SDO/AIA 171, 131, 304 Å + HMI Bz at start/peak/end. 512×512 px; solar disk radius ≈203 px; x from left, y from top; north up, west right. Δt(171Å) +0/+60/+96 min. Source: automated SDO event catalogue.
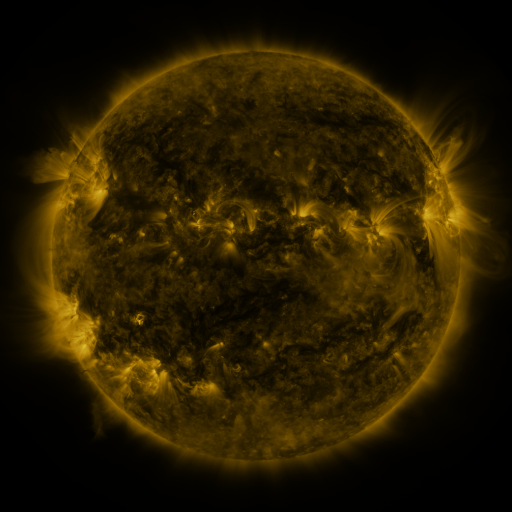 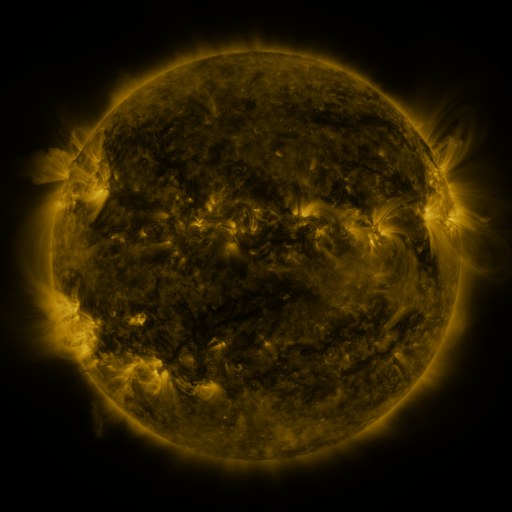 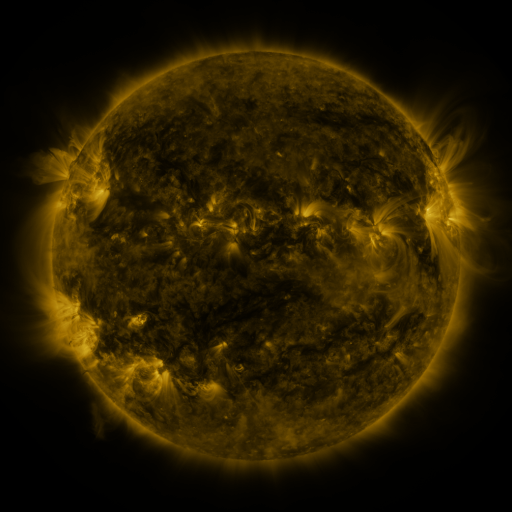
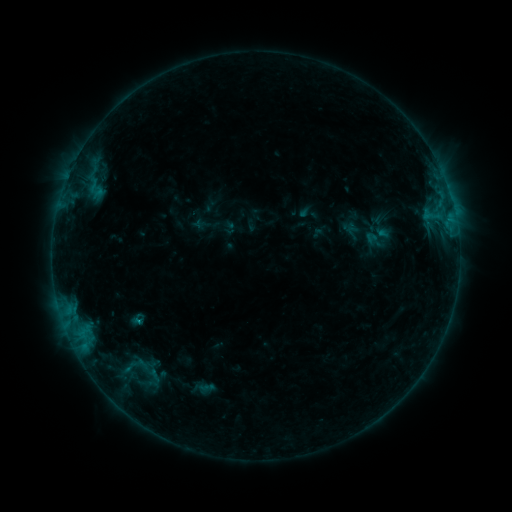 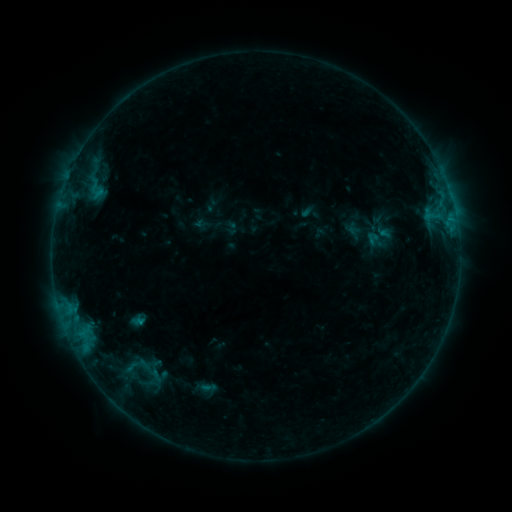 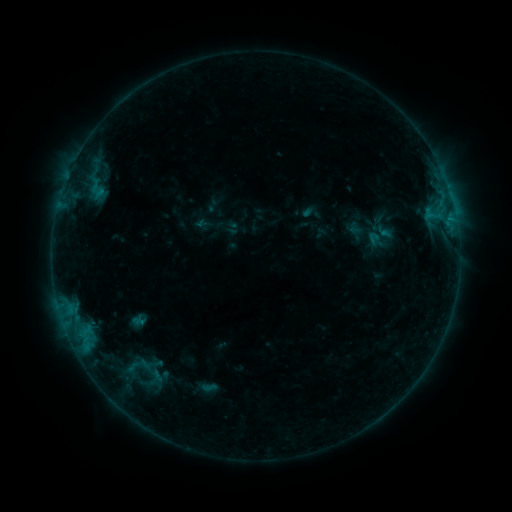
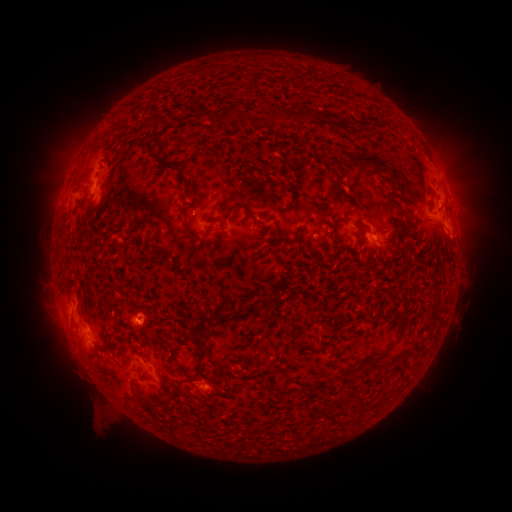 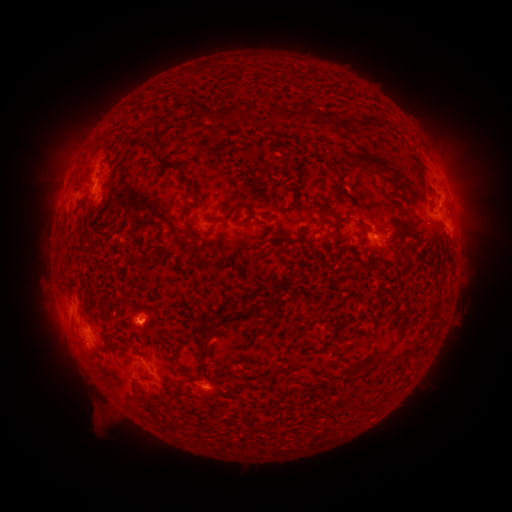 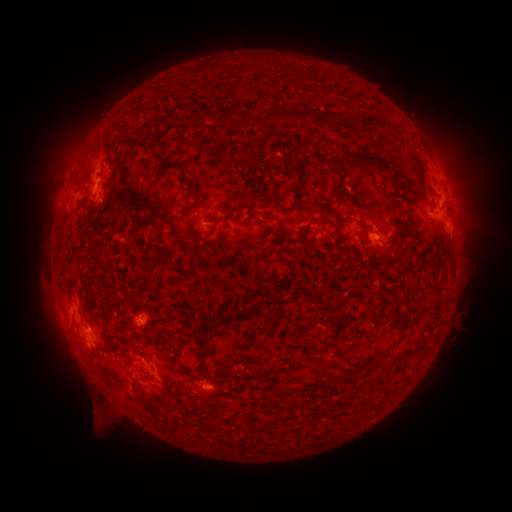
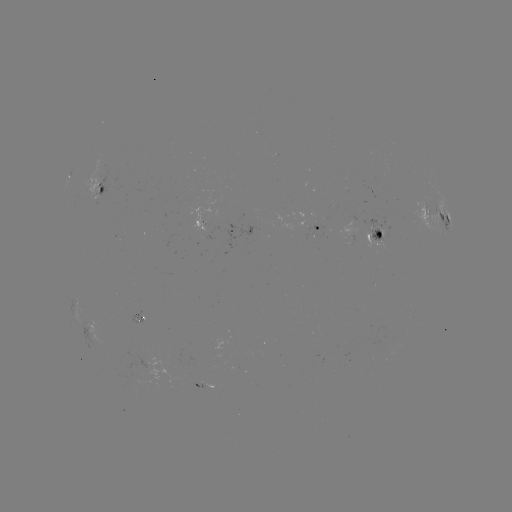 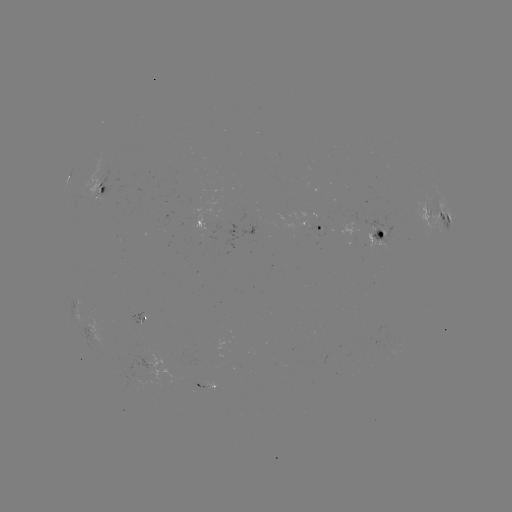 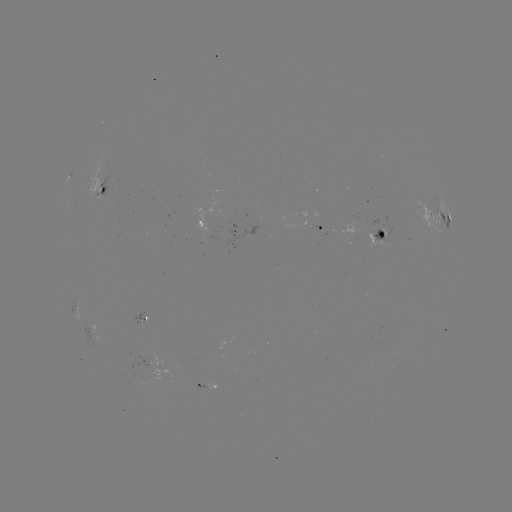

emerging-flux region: <bbox>205, 208, 221, 225</bbox>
